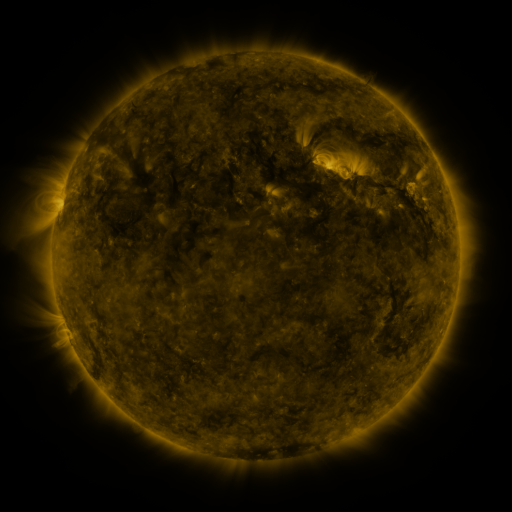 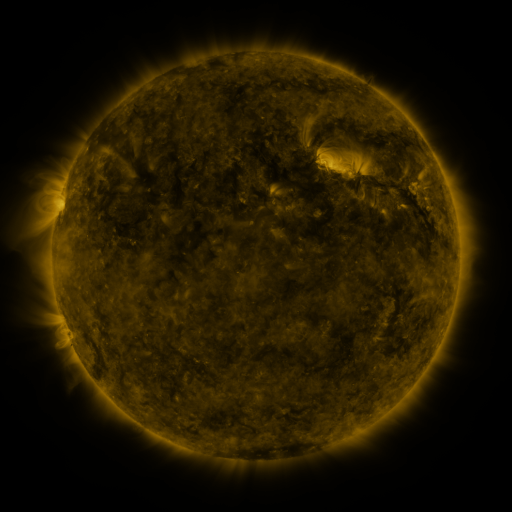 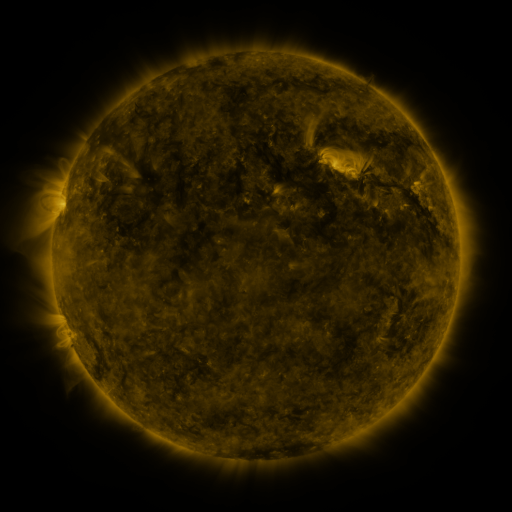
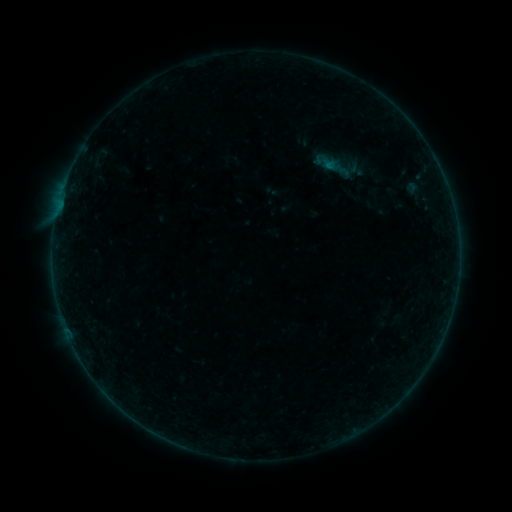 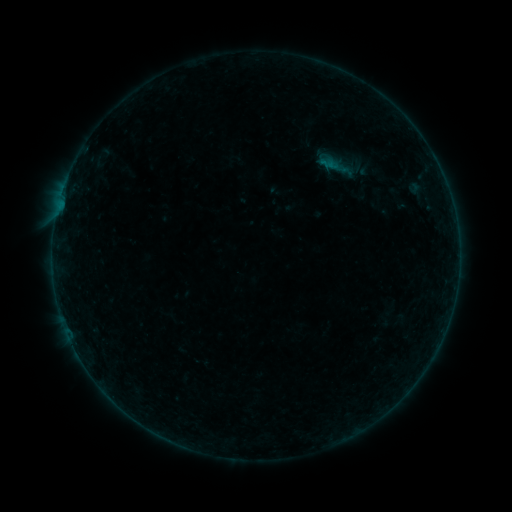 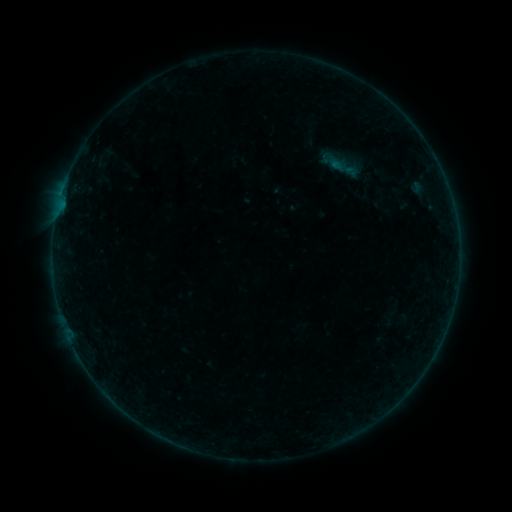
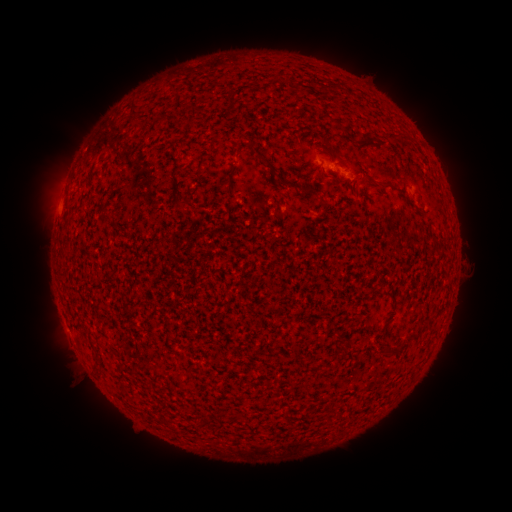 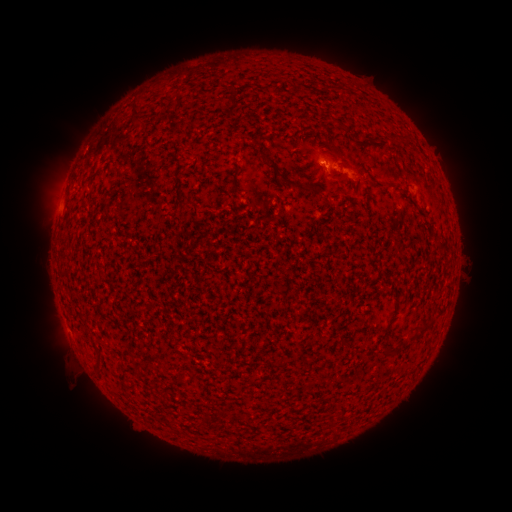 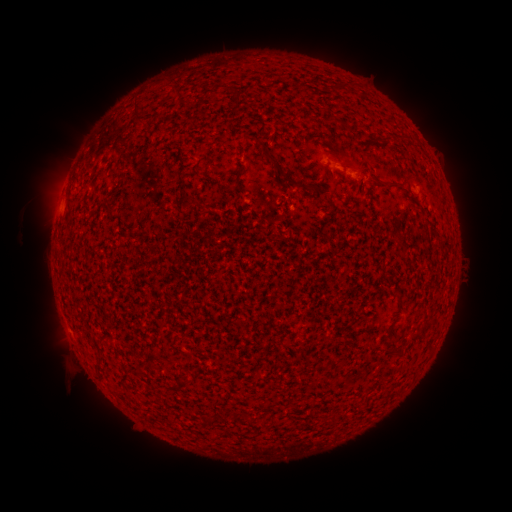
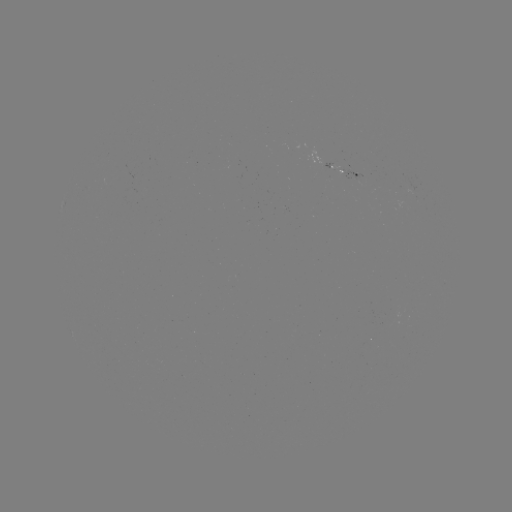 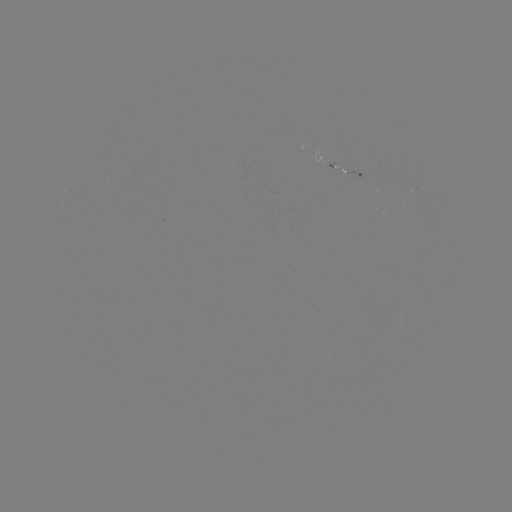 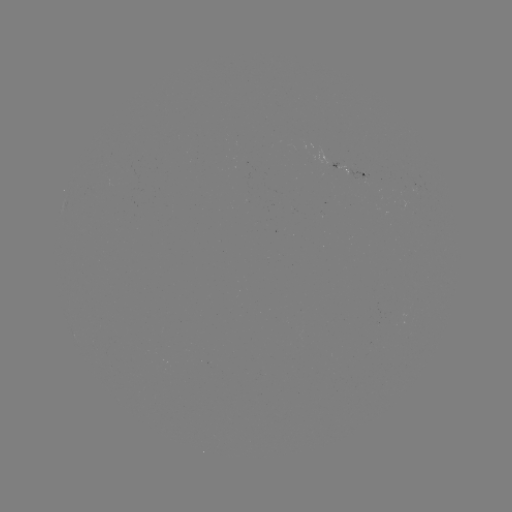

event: filament eruption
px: (339, 170)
